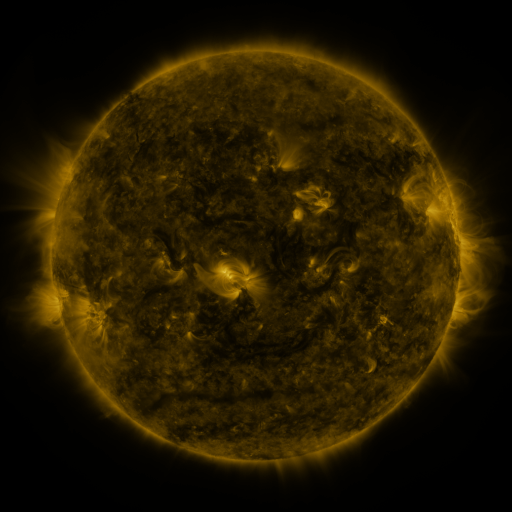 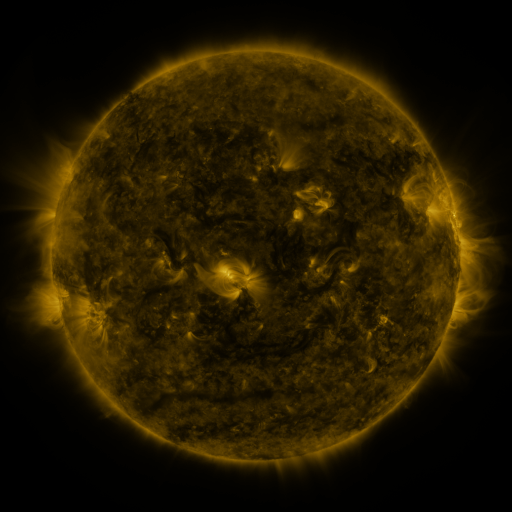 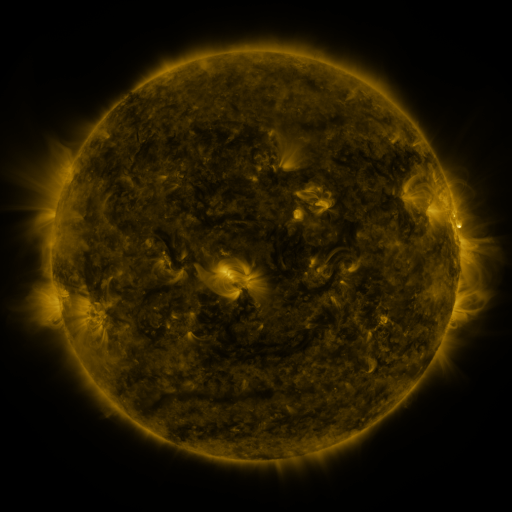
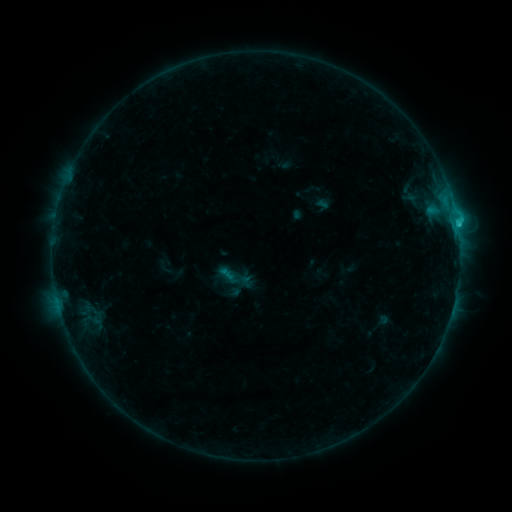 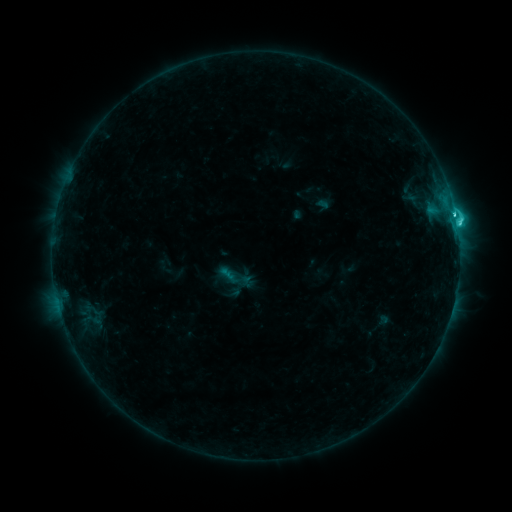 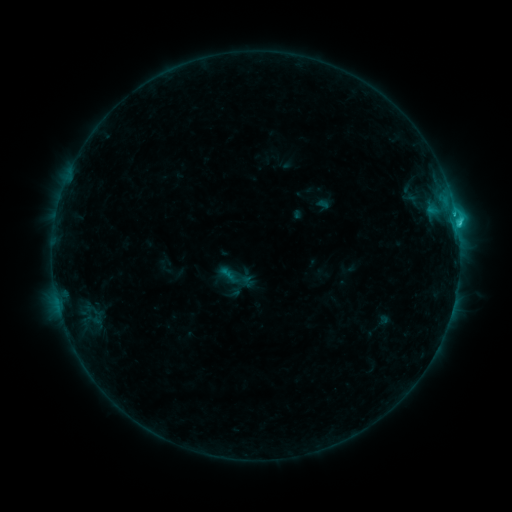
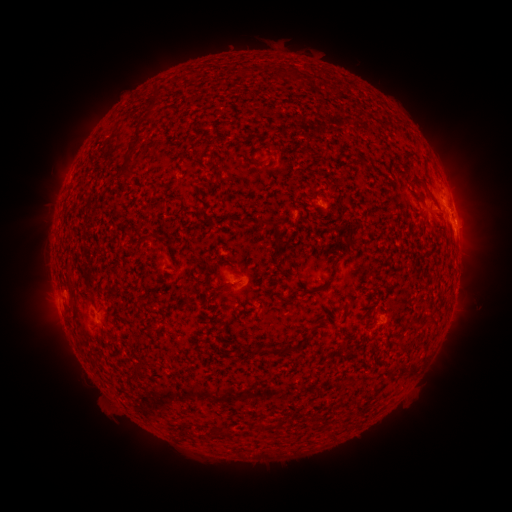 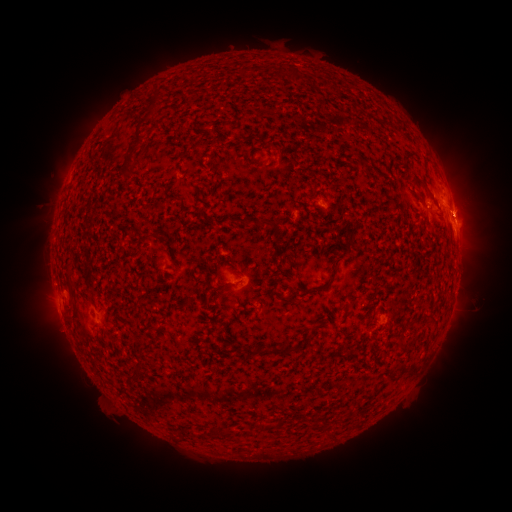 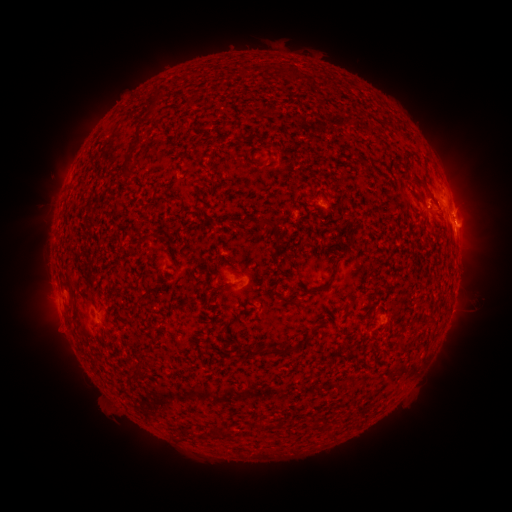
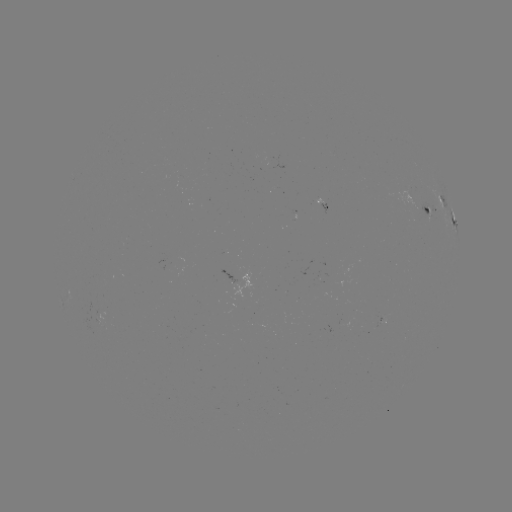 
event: flare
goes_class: C3.5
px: (456, 223)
